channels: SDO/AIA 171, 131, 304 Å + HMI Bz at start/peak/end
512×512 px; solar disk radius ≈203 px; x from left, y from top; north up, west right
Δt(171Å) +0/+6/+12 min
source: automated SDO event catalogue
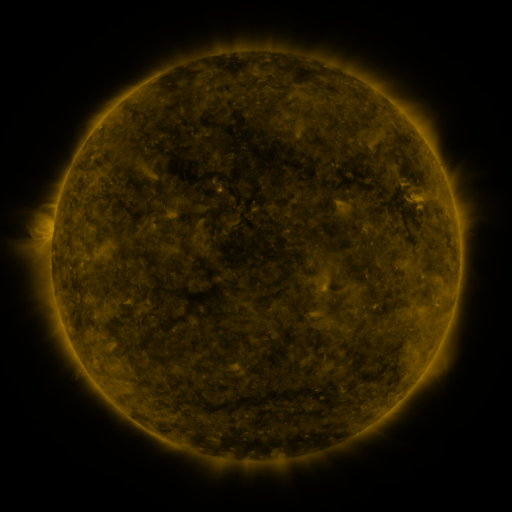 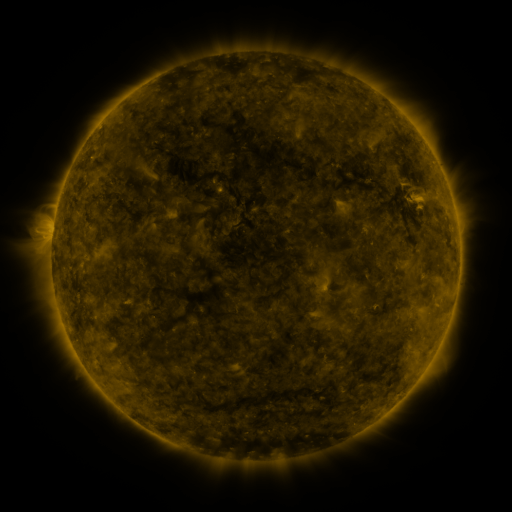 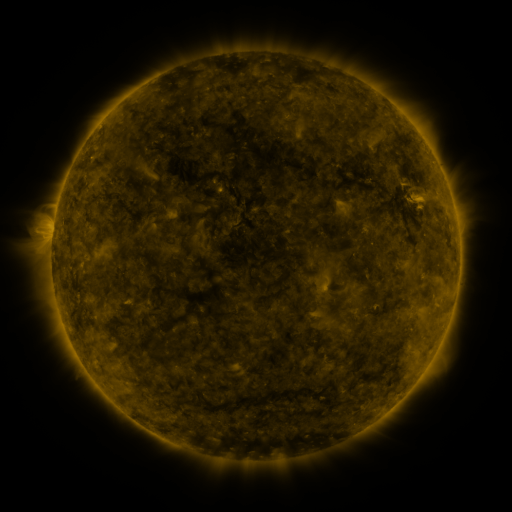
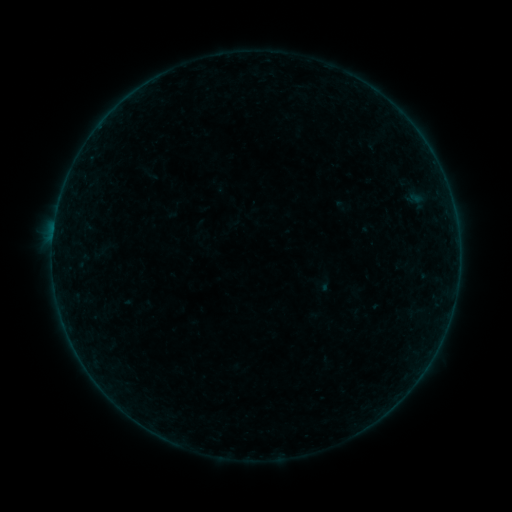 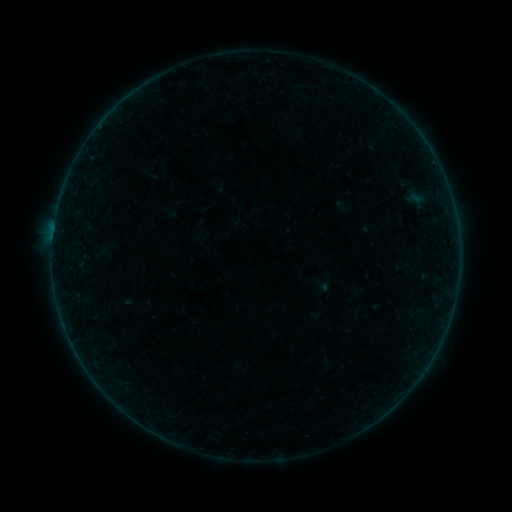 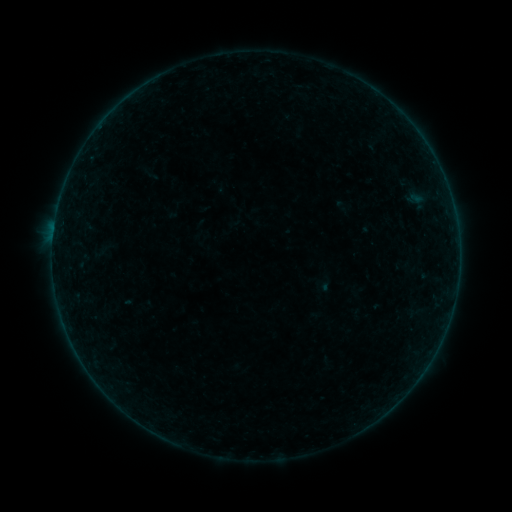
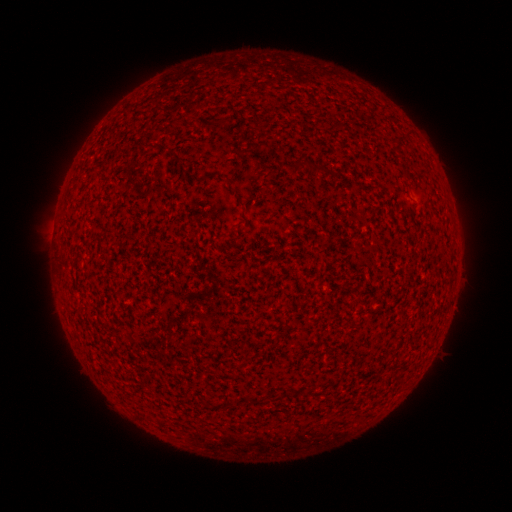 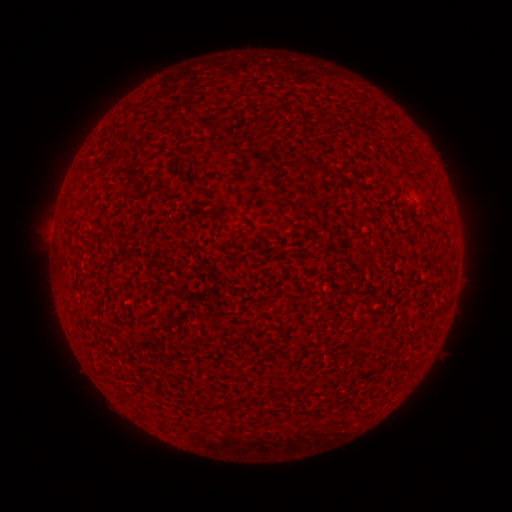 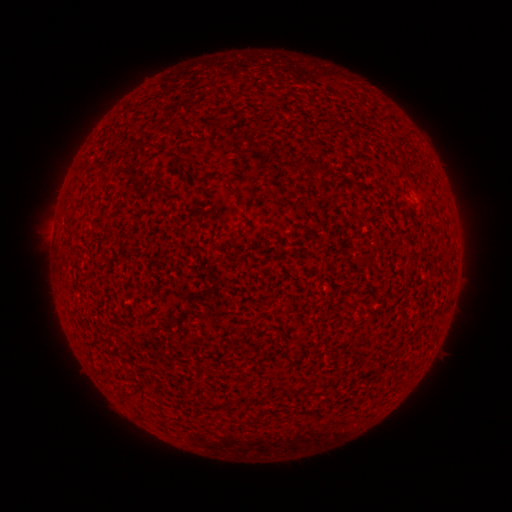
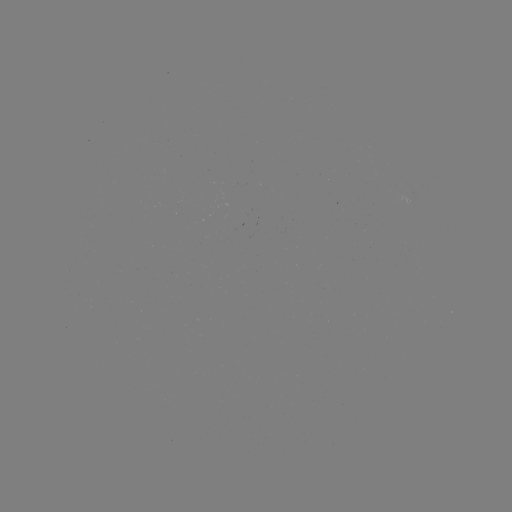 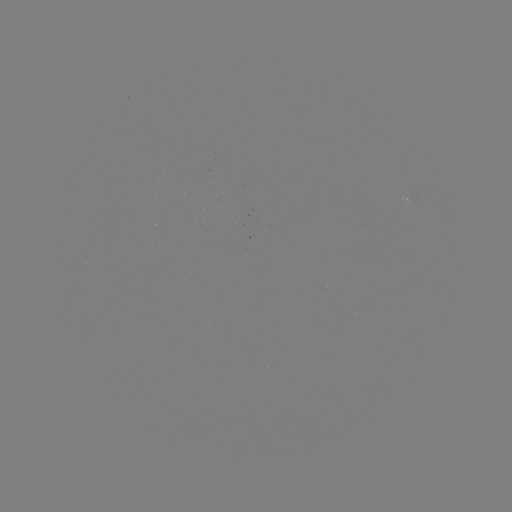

nothing was catalogued: no classed flare, no EUV trigger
